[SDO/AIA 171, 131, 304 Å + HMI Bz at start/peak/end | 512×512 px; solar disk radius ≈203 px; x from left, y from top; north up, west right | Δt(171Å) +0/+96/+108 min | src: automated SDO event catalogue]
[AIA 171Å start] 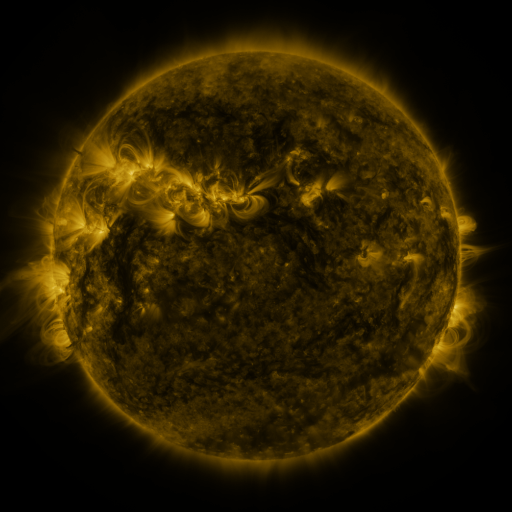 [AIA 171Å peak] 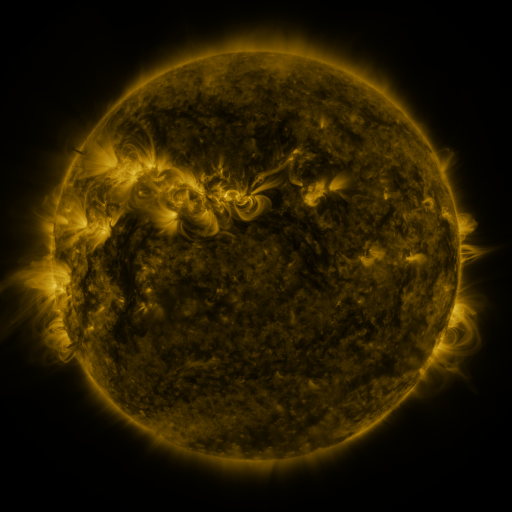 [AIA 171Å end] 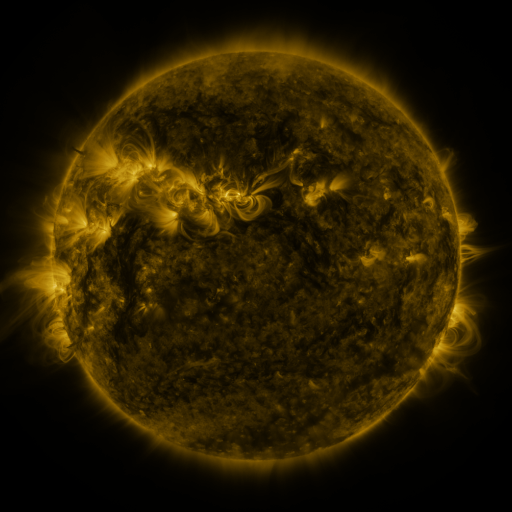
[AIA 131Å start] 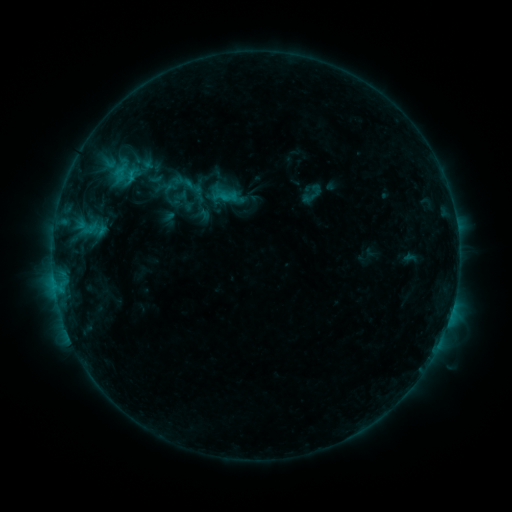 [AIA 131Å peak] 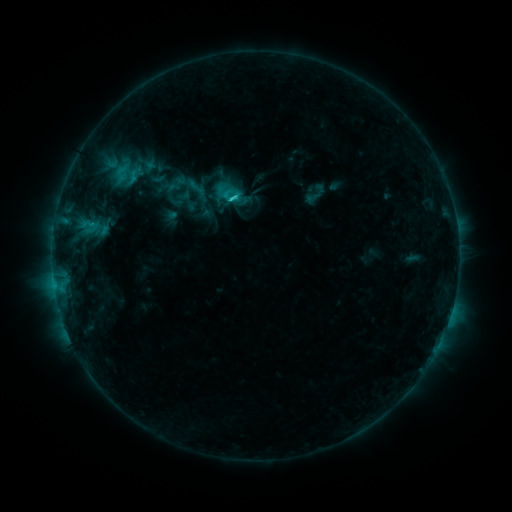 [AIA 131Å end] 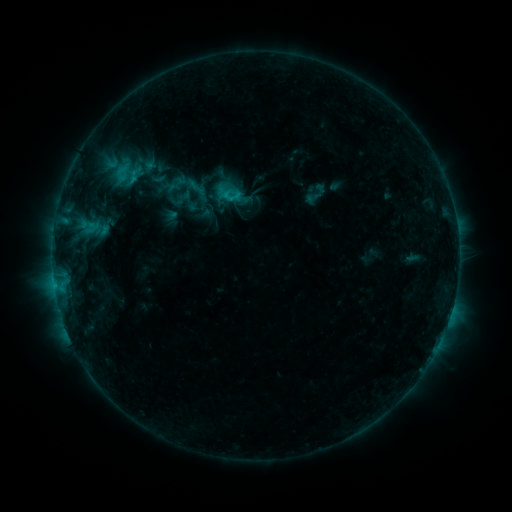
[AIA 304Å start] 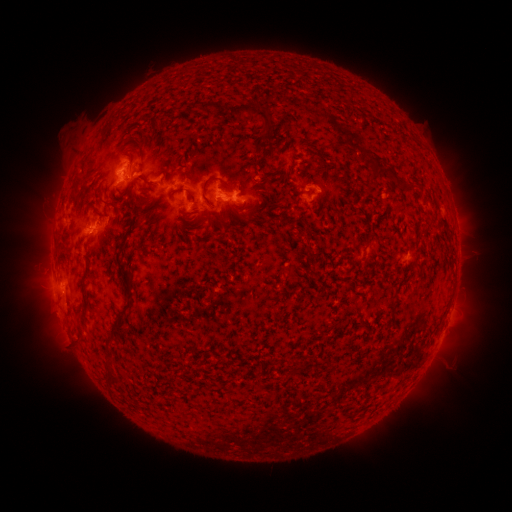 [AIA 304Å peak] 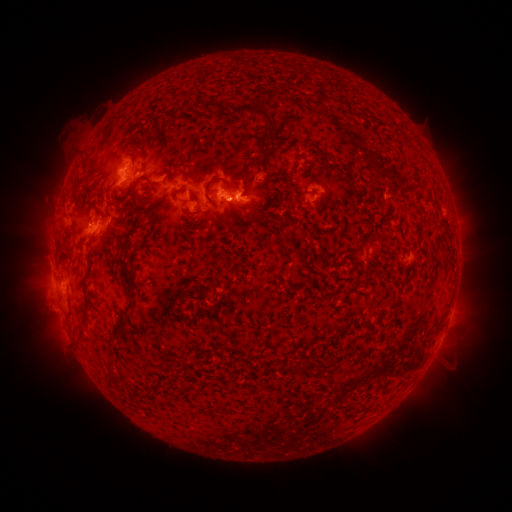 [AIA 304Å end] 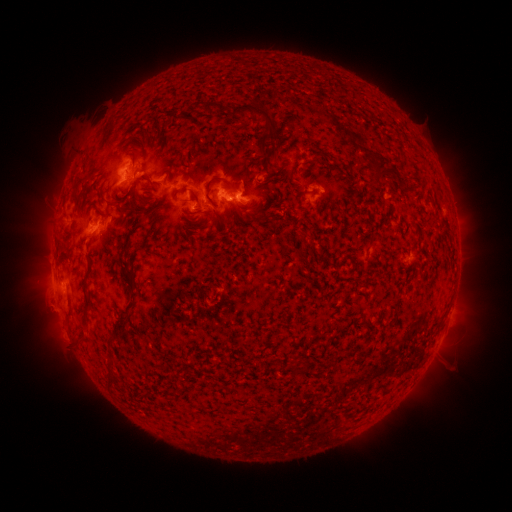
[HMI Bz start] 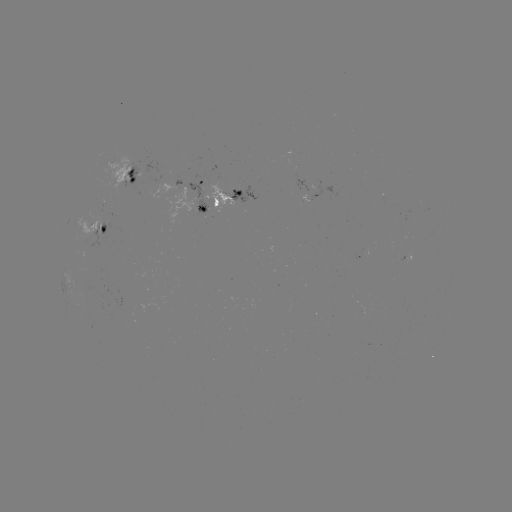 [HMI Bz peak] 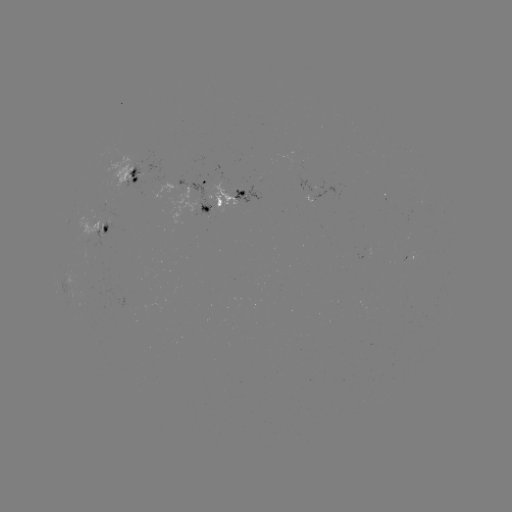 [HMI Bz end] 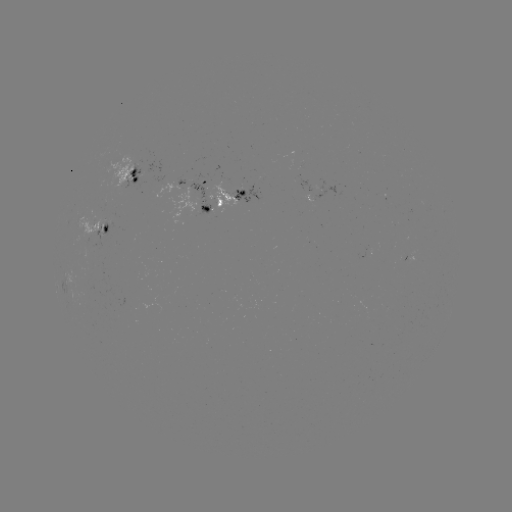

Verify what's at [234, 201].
C2.0 flare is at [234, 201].